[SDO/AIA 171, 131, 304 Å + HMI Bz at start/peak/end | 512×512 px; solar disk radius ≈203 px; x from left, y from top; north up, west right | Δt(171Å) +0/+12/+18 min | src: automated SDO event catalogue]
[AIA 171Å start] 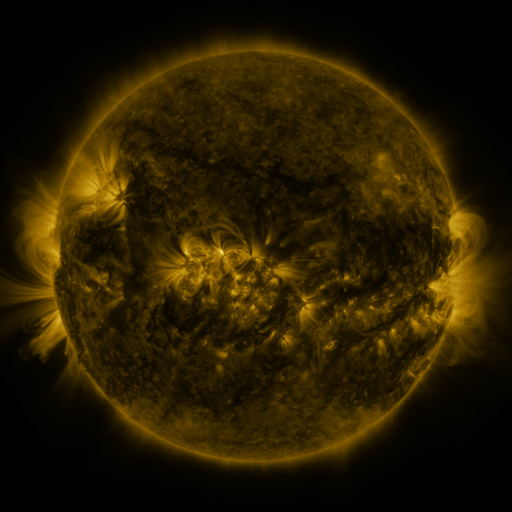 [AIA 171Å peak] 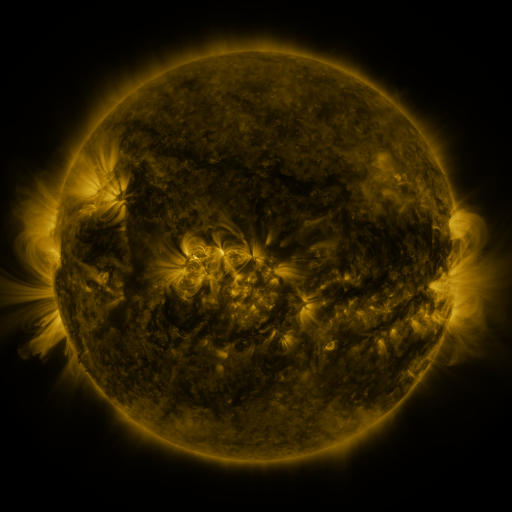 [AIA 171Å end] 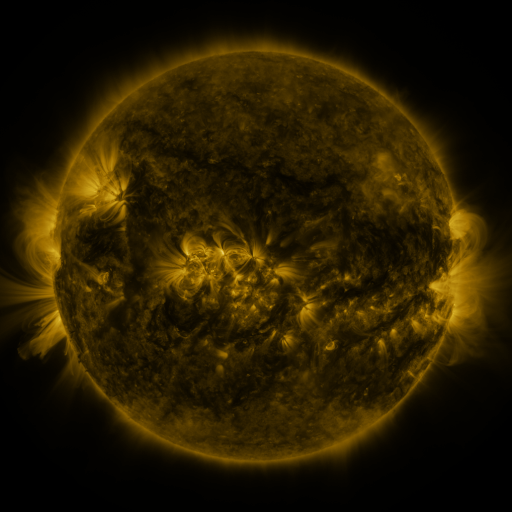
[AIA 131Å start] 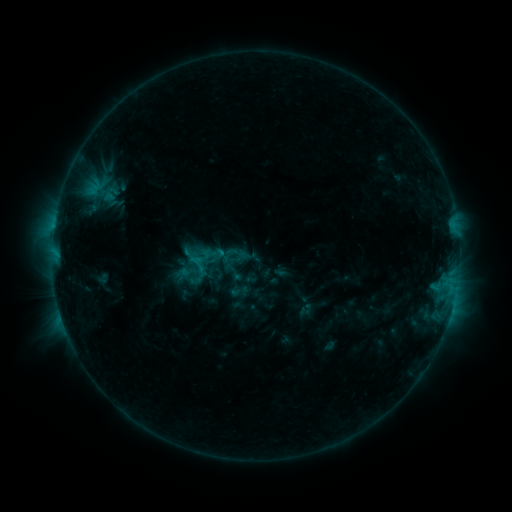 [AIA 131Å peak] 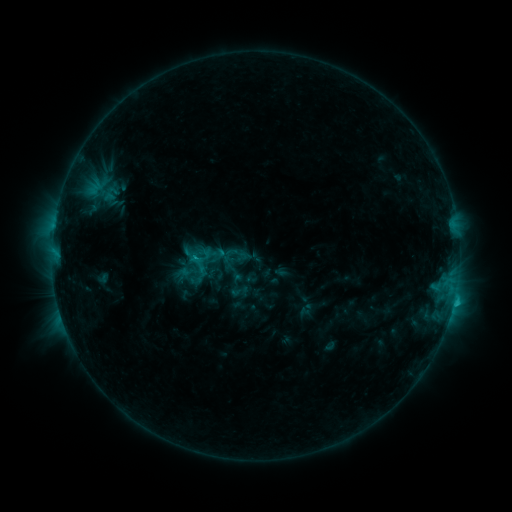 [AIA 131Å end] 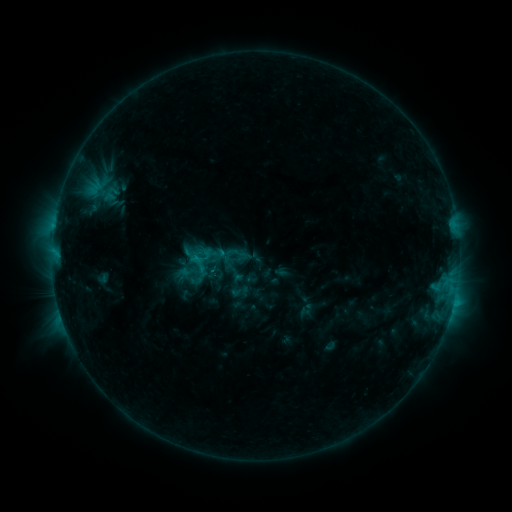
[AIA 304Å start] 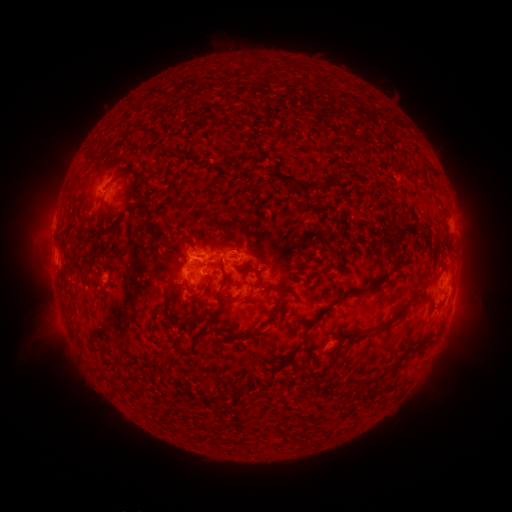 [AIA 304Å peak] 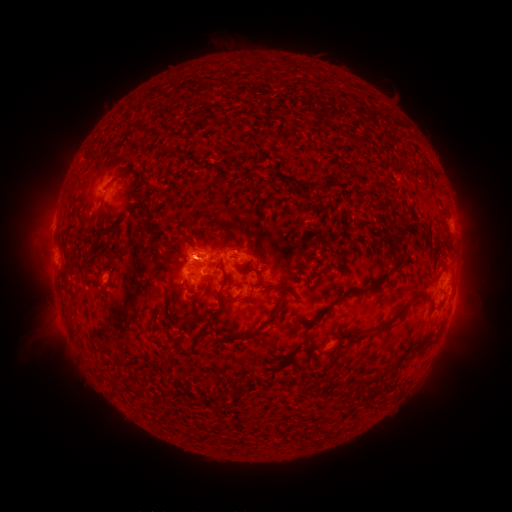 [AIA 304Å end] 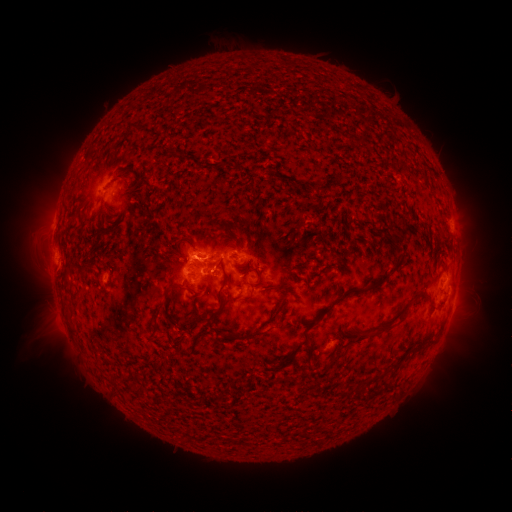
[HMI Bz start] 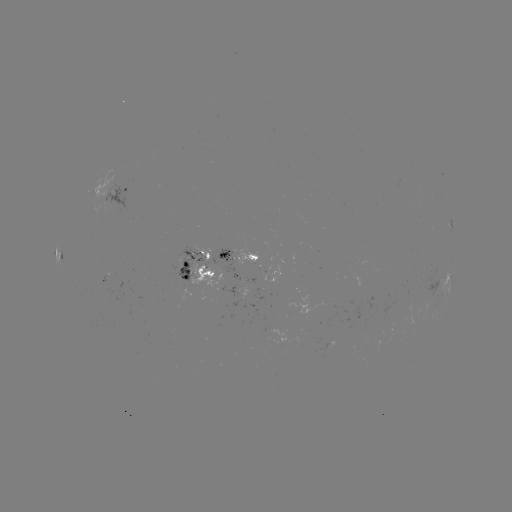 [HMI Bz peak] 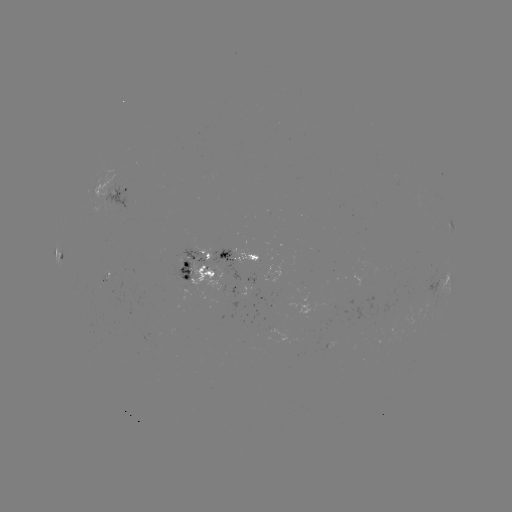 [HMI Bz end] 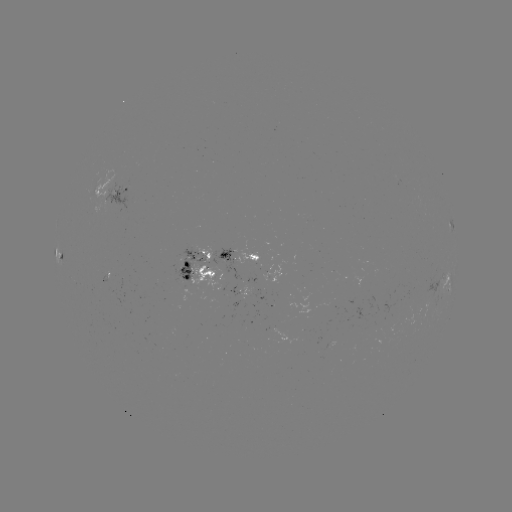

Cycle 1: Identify C1.8 flare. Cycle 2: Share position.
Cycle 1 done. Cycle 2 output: (453, 300).